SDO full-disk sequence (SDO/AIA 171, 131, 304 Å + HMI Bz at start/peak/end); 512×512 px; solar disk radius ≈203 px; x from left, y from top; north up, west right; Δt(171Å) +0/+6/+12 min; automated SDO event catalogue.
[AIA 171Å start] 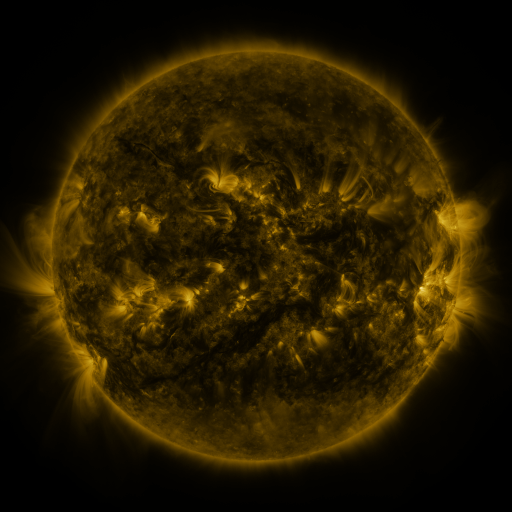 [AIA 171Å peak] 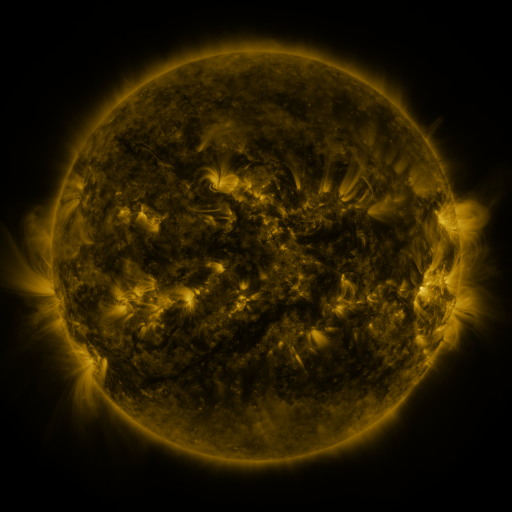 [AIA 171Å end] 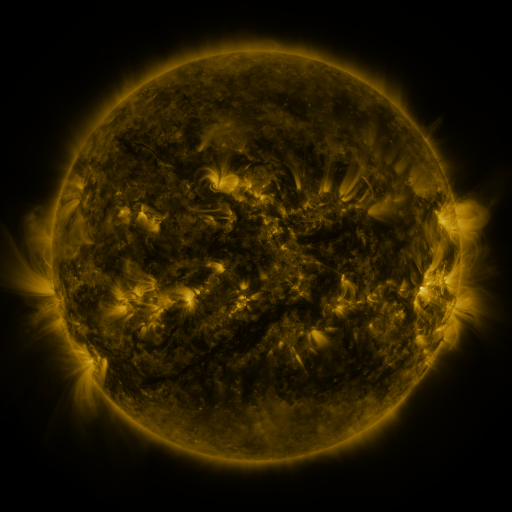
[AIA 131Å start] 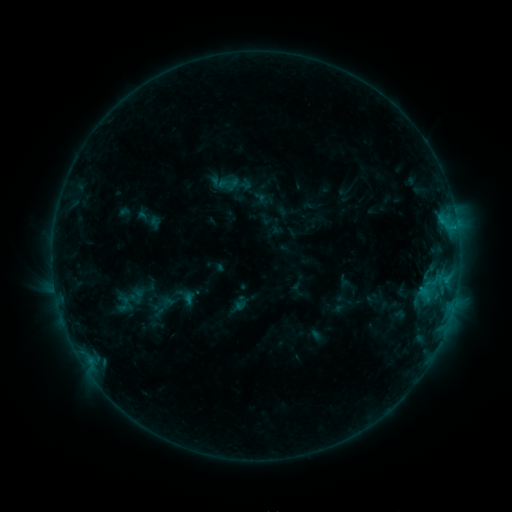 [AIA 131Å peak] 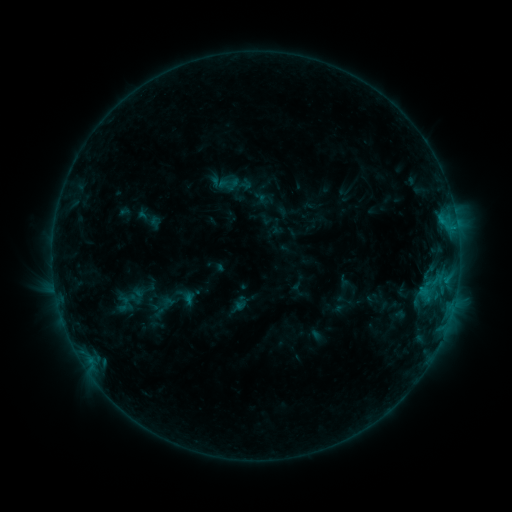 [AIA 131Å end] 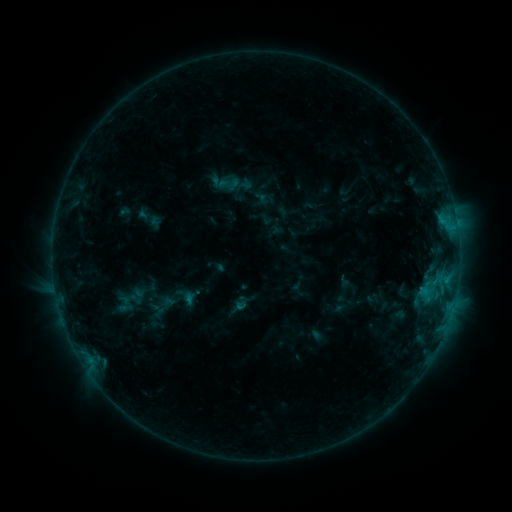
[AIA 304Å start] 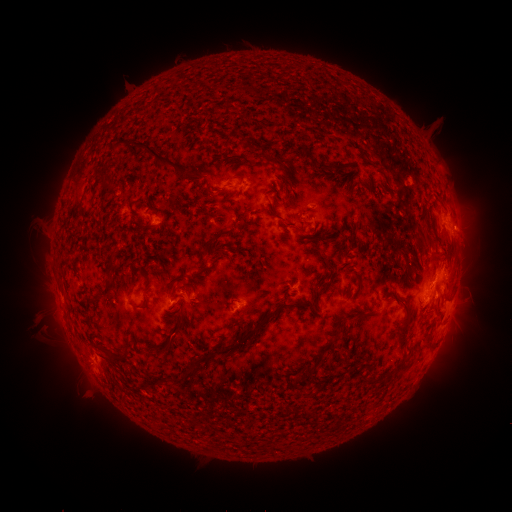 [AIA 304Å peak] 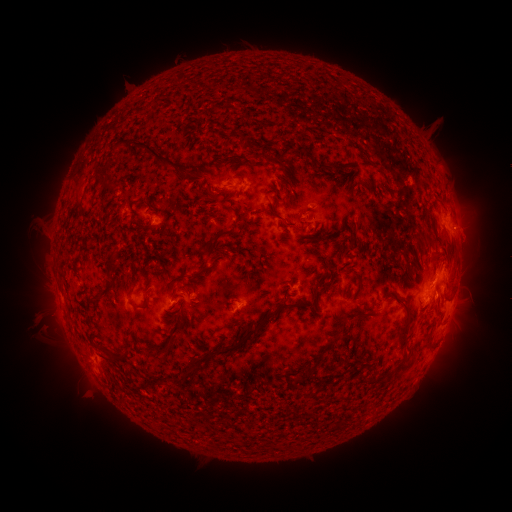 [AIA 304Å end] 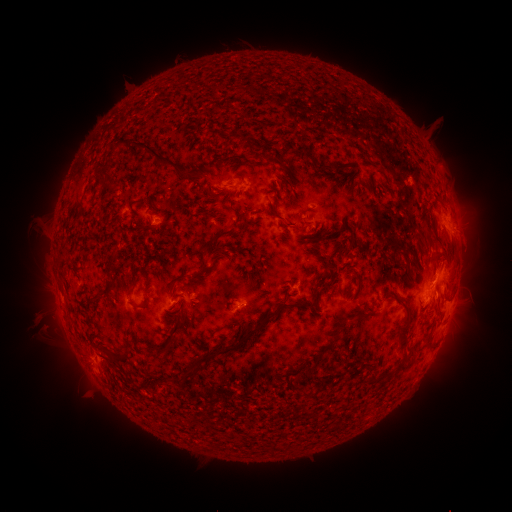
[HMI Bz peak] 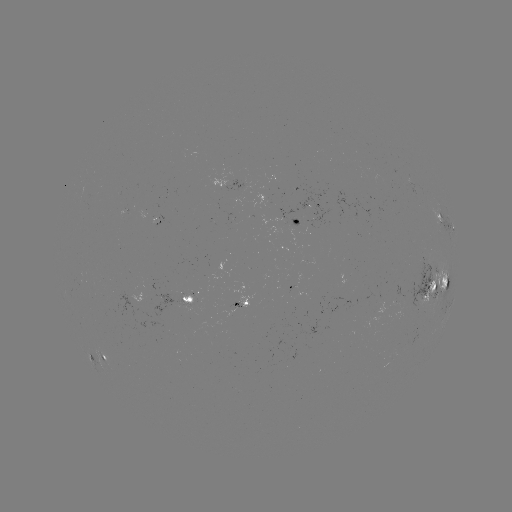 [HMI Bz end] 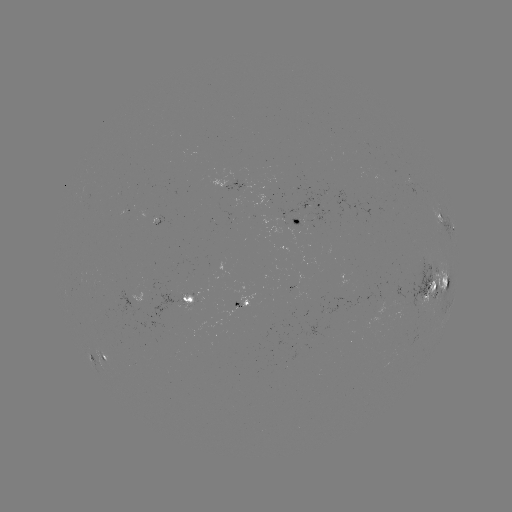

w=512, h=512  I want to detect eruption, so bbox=[447, 203, 499, 279].